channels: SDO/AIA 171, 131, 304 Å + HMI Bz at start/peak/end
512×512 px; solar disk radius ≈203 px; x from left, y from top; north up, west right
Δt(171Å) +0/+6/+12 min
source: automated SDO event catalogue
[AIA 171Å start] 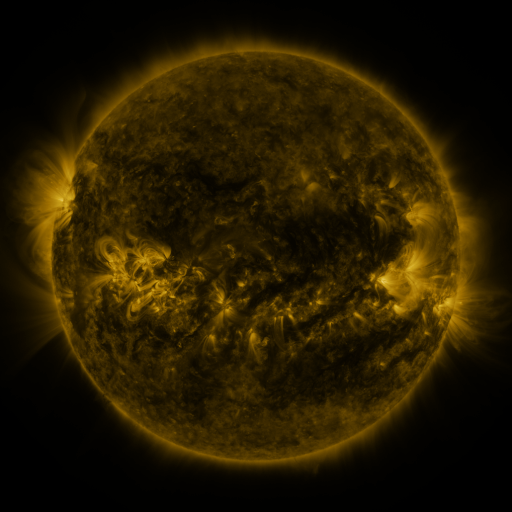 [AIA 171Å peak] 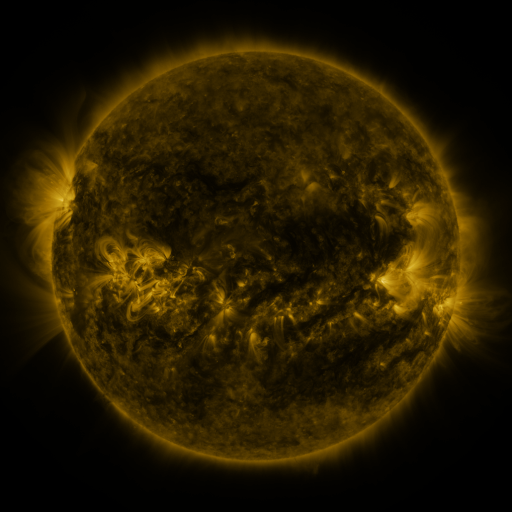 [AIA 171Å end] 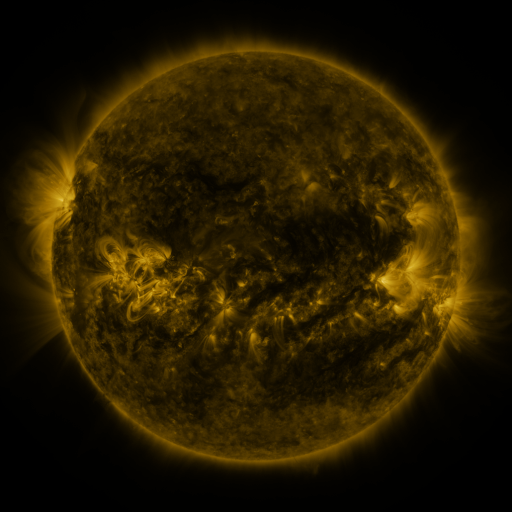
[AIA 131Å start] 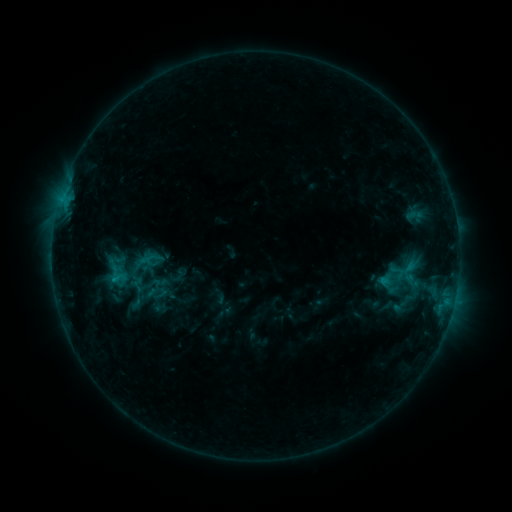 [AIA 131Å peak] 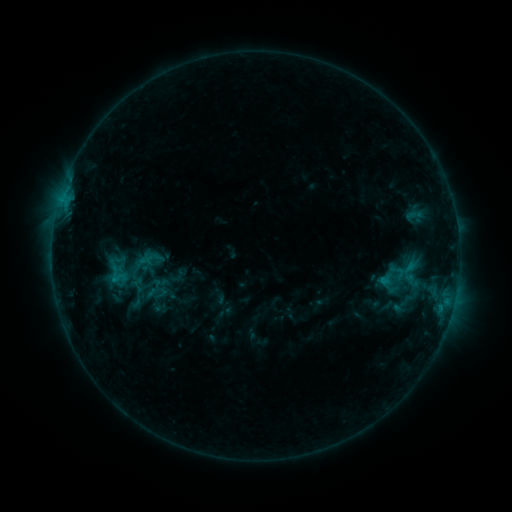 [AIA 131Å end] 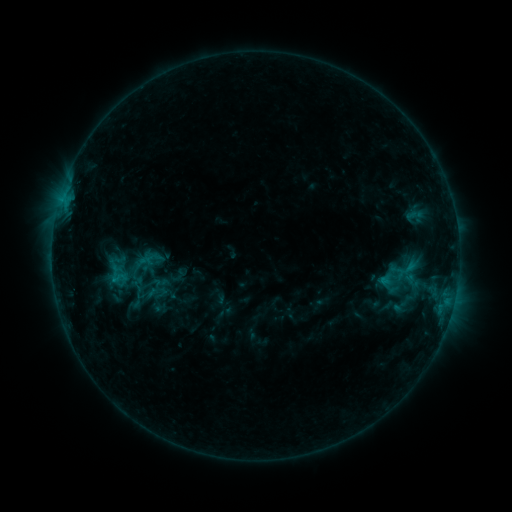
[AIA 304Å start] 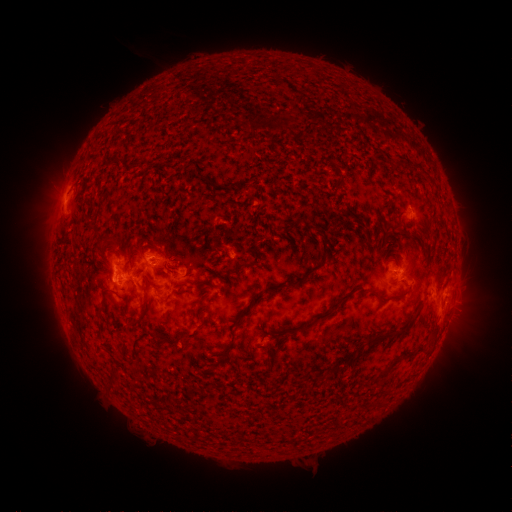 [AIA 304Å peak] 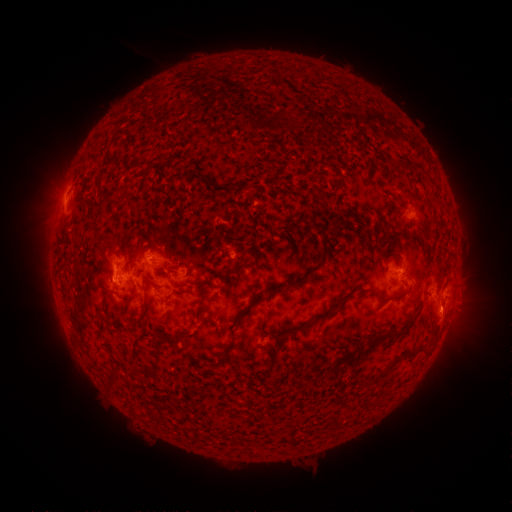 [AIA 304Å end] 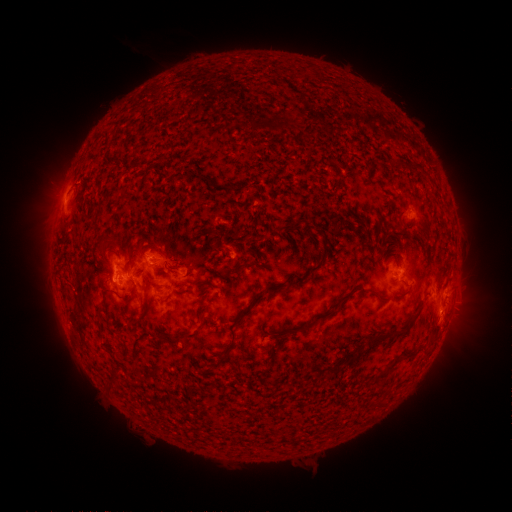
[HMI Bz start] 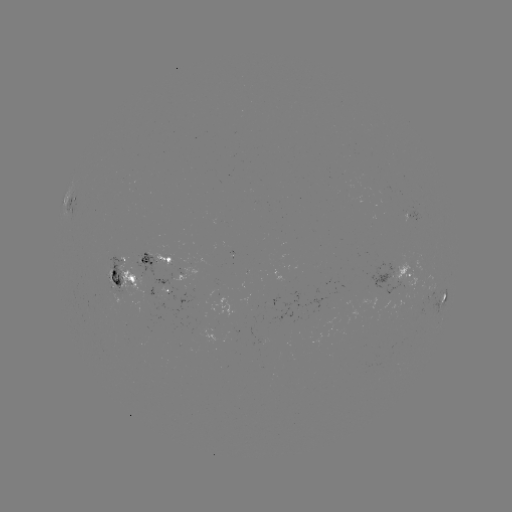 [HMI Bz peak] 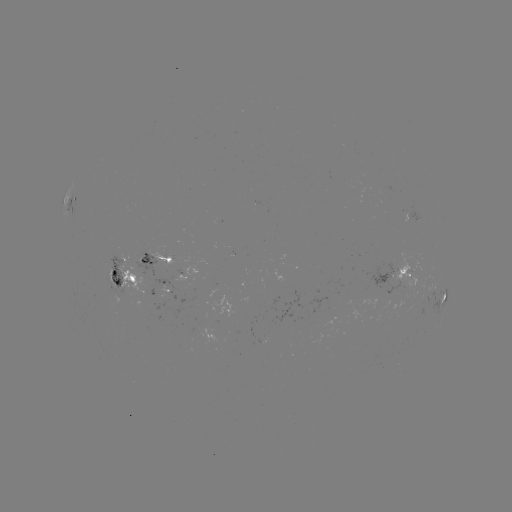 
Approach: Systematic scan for eruption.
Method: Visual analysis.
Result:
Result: eruption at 448,314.